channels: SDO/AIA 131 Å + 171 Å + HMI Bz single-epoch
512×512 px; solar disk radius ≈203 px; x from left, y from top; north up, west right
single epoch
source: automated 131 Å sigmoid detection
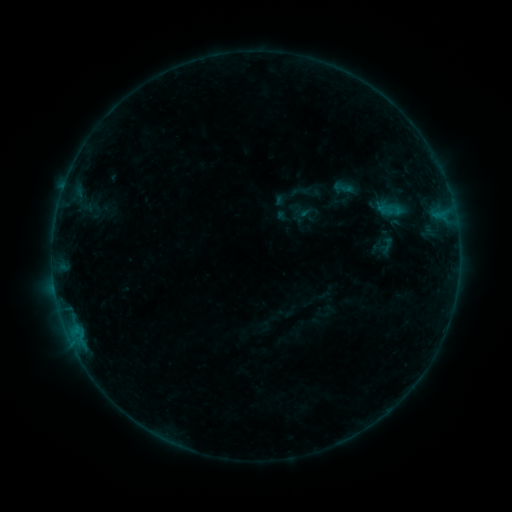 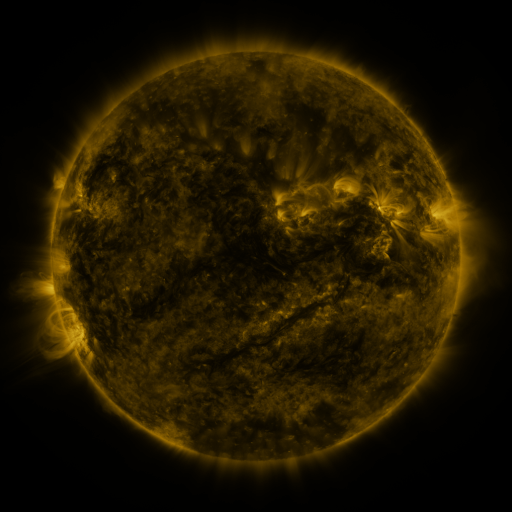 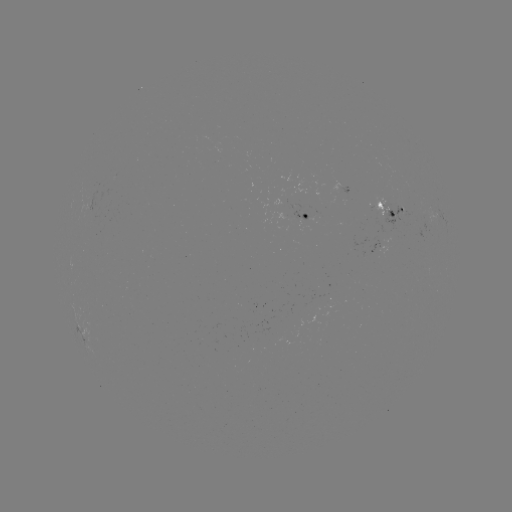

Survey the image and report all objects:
sigmoid: [331, 179, 353, 199]
